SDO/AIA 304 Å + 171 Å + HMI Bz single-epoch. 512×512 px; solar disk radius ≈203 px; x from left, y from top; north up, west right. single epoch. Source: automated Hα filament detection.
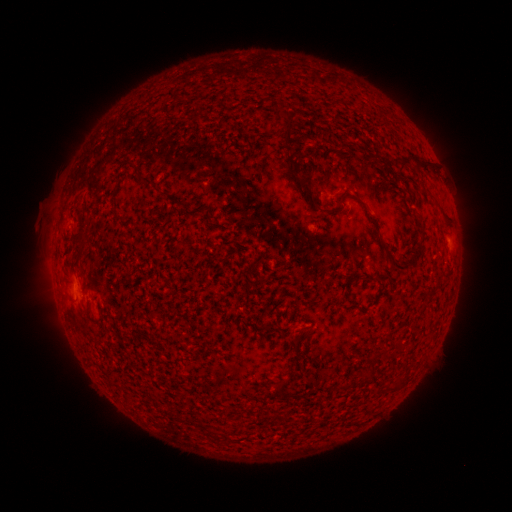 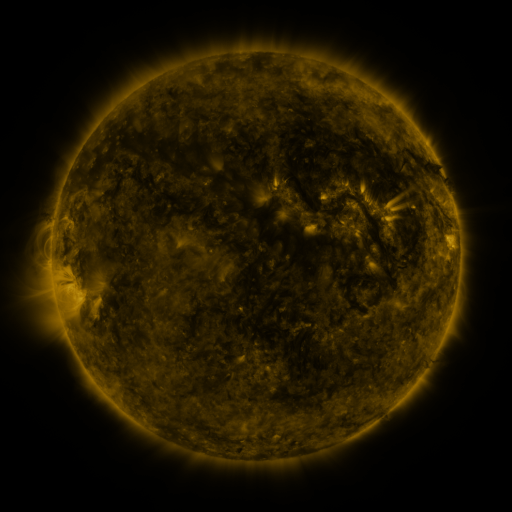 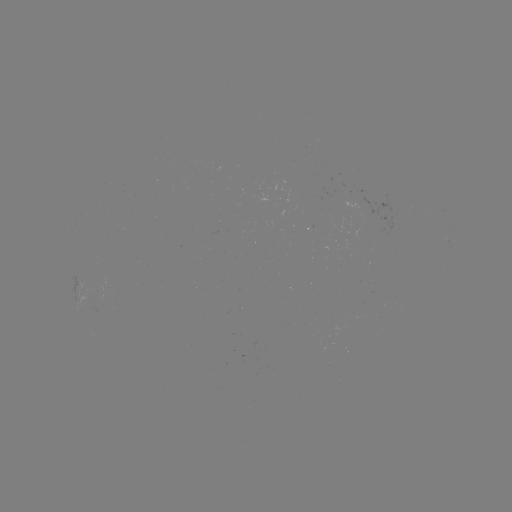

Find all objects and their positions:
filament: <bbox>333, 97, 344, 106</bbox>
filament: <bbox>279, 108, 293, 119</bbox>
filament: <bbox>285, 121, 296, 143</bbox>
filament: <bbox>340, 140, 349, 151</bbox>
filament: <bbox>399, 154, 414, 171</bbox>
filament: <bbox>136, 170, 155, 184</bbox>
filament: <bbox>300, 177, 323, 210</bbox>
filament: <bbox>353, 193, 372, 210</bbox>
filament: <bbox>438, 202, 451, 225</bbox>
filament: <bbox>394, 218, 429, 272</bbox>
filament: <bbox>73, 231, 89, 256</bbox>
filament: <bbox>383, 240, 392, 258</bbox>
filament: <bbox>353, 274, 379, 287</bbox>
filament: <bbox>185, 417, 197, 424</bbox>
filament: <bbox>208, 428, 219, 437</bbox>
